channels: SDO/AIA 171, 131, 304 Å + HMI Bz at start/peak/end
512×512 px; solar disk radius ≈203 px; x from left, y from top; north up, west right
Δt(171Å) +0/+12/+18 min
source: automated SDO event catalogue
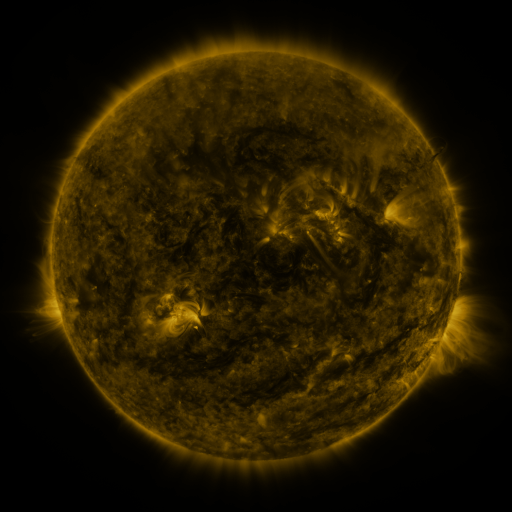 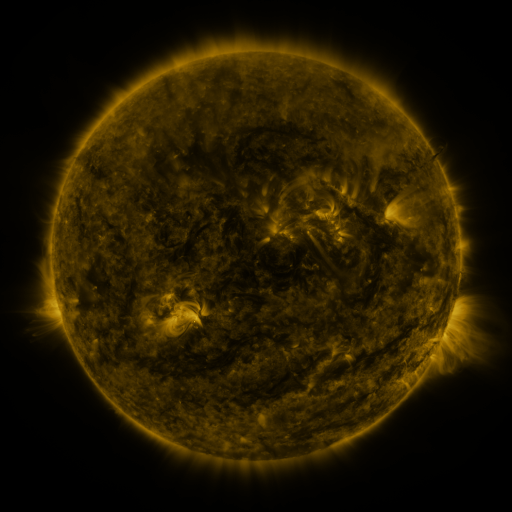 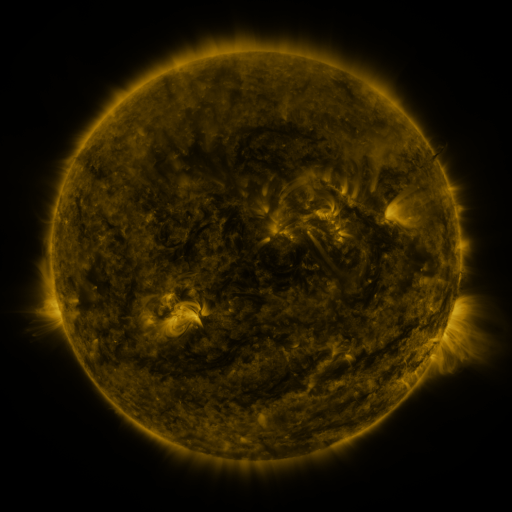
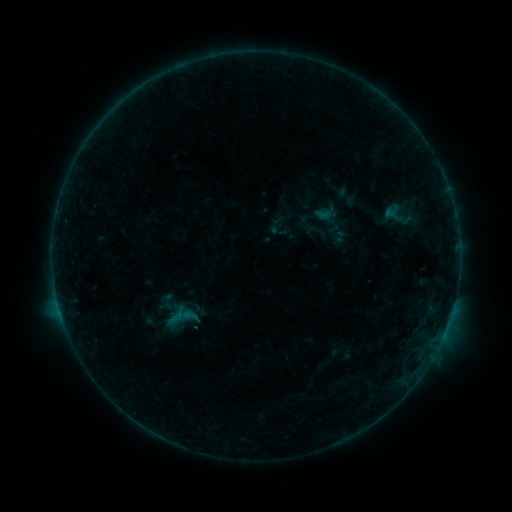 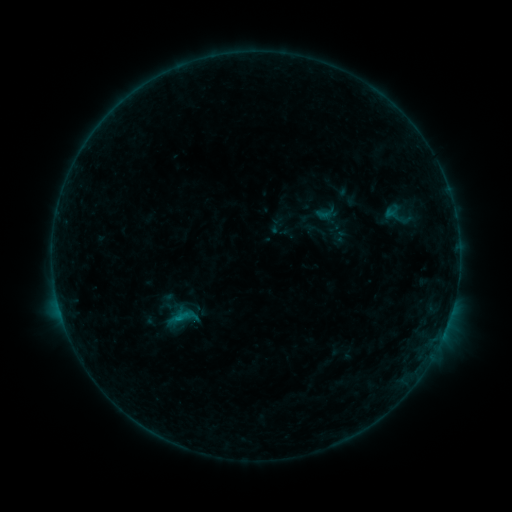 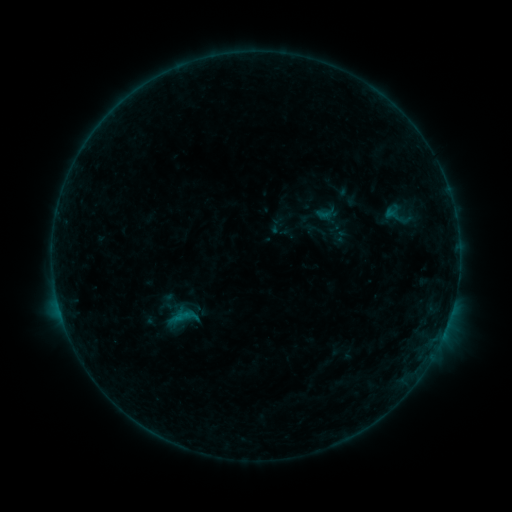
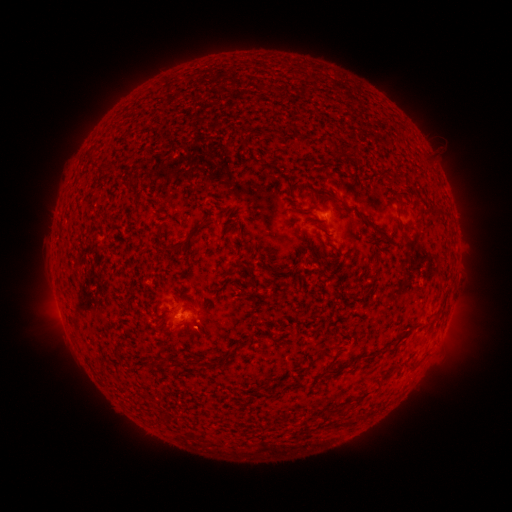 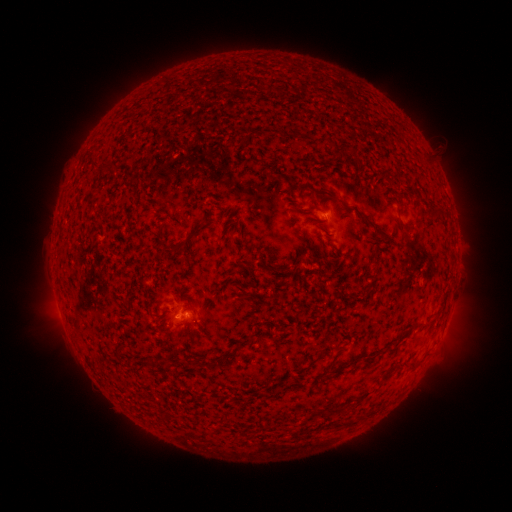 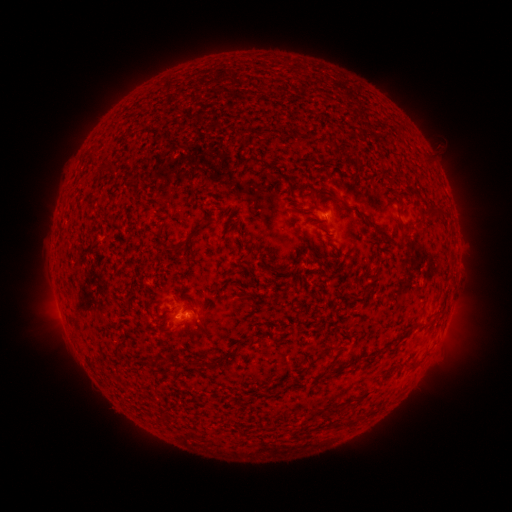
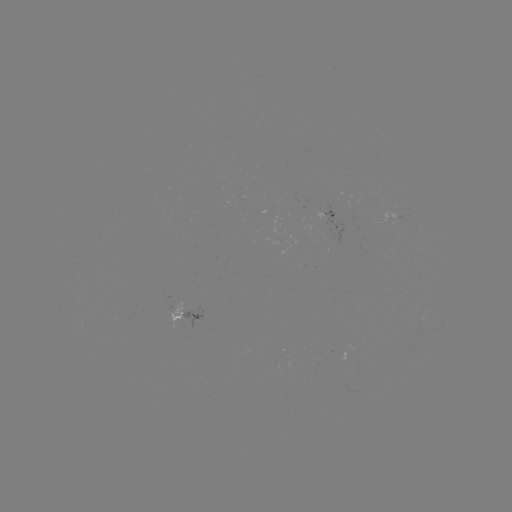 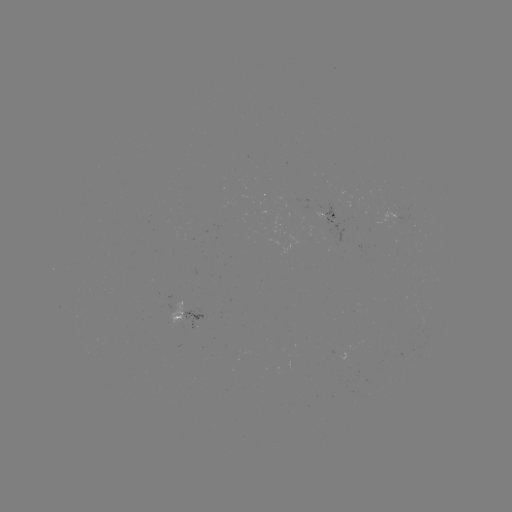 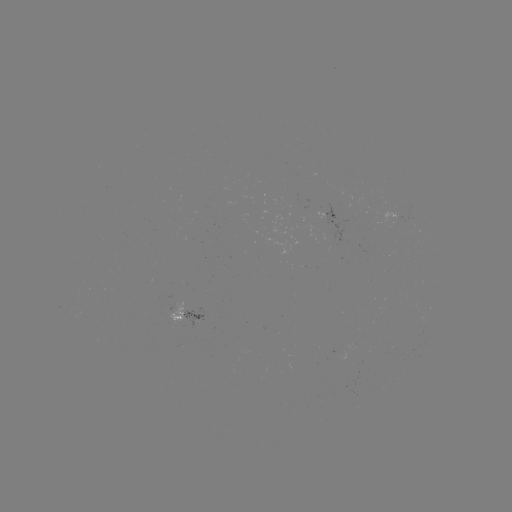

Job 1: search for B2.8 flare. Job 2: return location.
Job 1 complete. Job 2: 180,316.